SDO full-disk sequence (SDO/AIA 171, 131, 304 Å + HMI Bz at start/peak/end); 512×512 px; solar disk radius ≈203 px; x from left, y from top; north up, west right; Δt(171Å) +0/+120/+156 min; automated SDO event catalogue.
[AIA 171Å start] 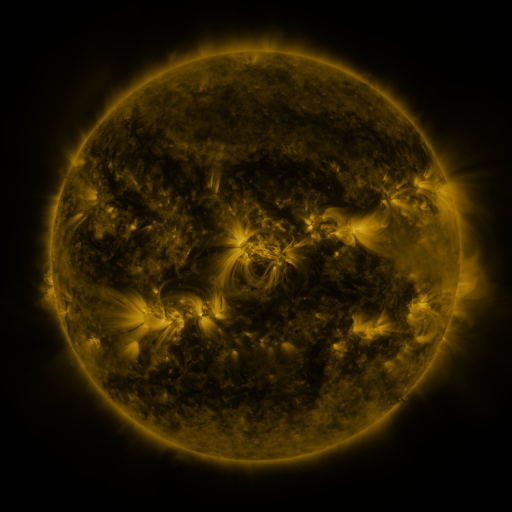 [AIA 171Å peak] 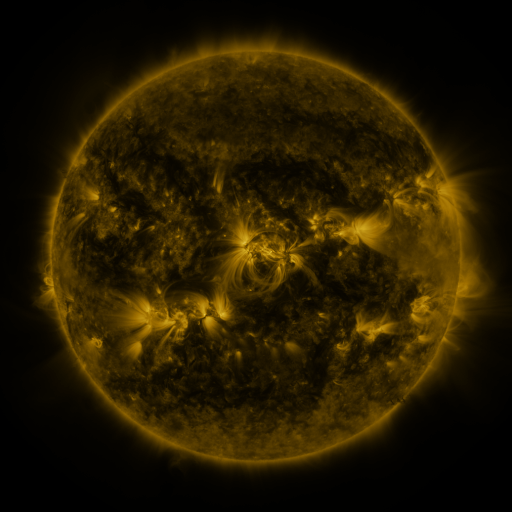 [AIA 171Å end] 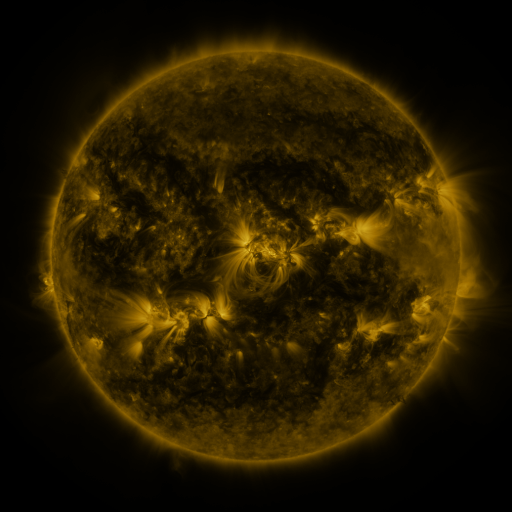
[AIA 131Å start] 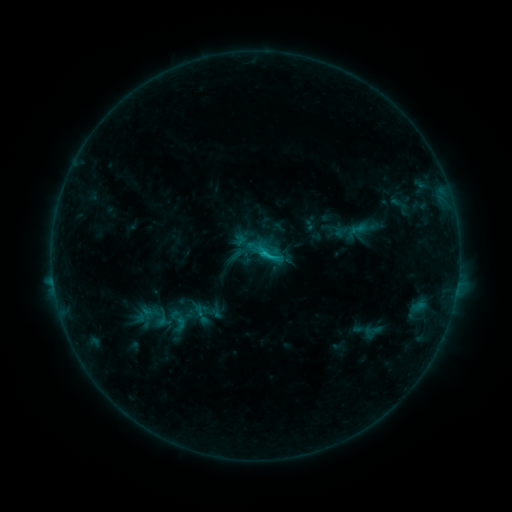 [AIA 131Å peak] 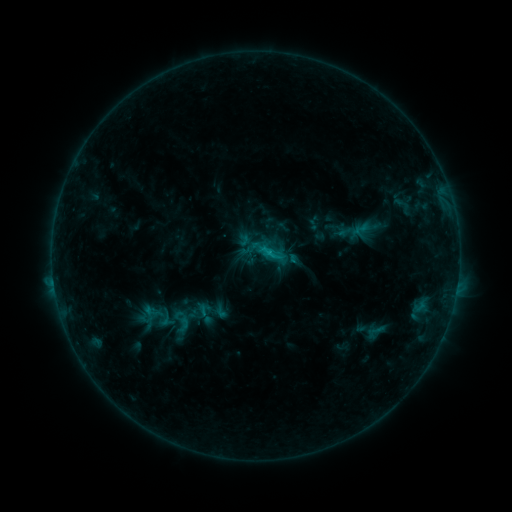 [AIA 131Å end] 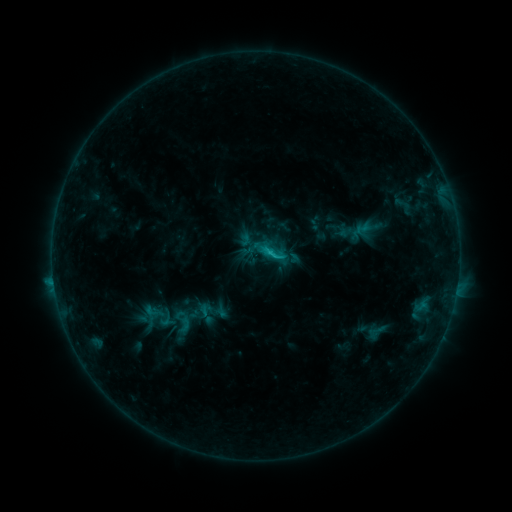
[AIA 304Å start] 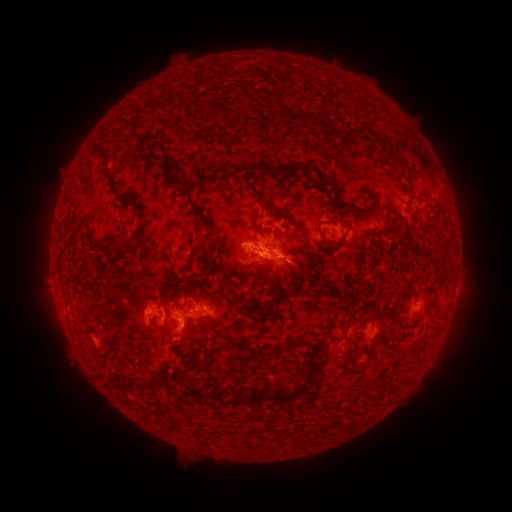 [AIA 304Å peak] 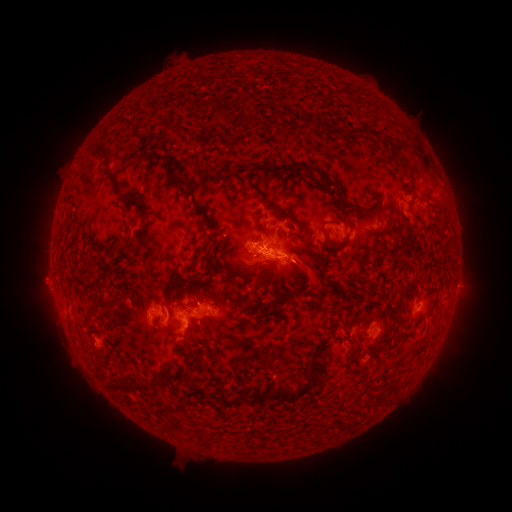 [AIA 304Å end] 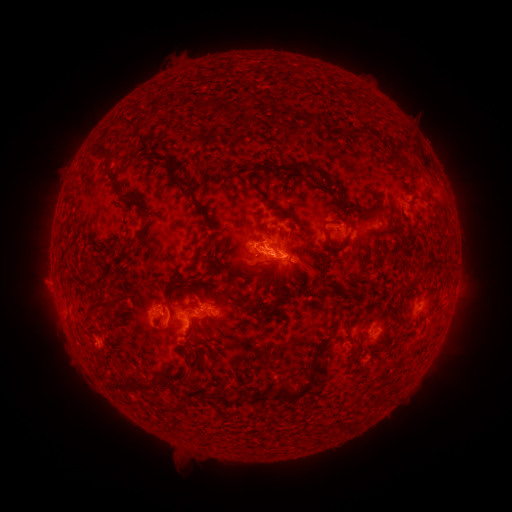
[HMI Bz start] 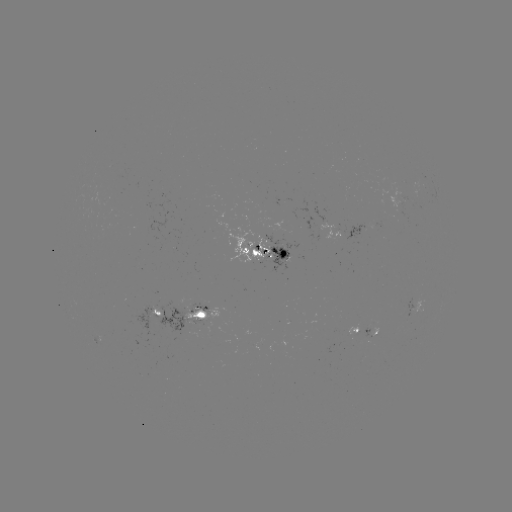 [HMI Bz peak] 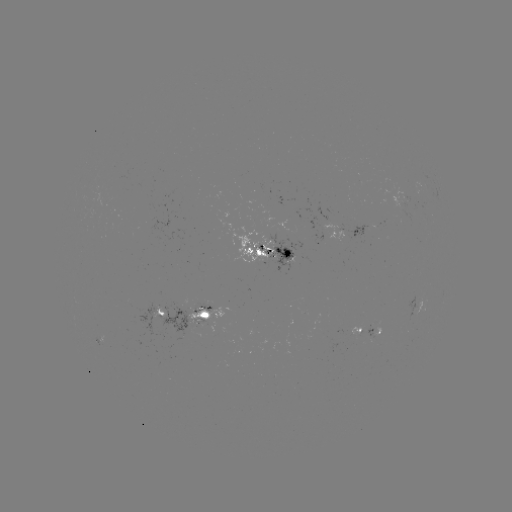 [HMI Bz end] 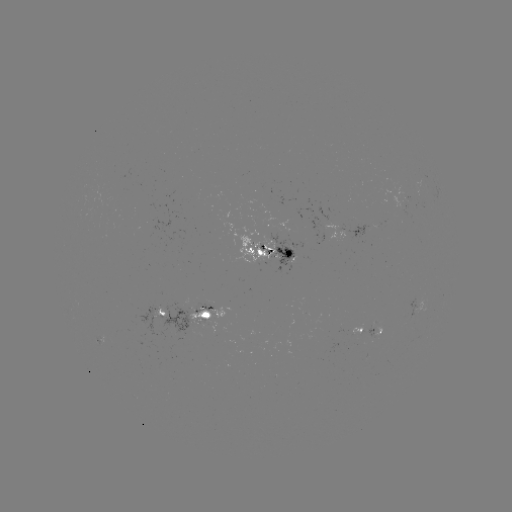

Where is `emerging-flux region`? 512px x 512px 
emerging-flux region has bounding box [386, 188, 413, 216].